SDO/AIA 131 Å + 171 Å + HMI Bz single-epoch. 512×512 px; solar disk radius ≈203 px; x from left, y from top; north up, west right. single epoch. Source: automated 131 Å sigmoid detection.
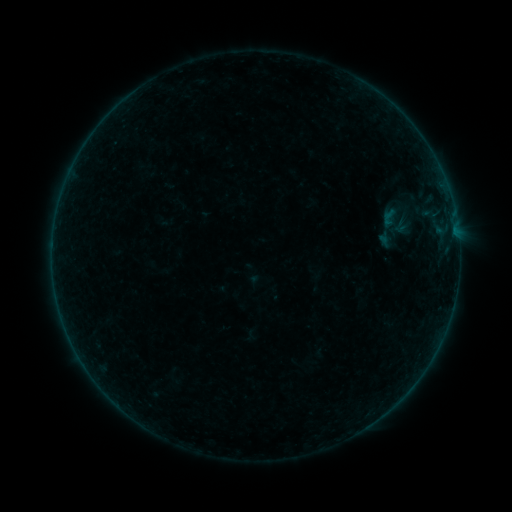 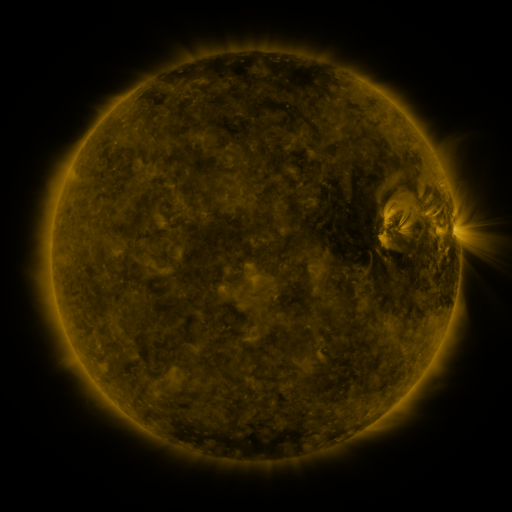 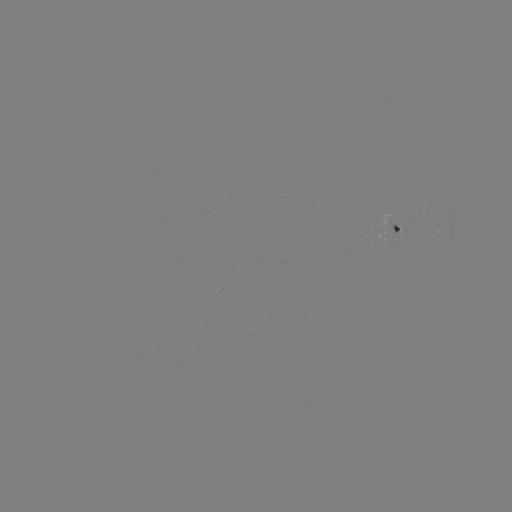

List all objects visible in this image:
sigmoid: (389, 217)
